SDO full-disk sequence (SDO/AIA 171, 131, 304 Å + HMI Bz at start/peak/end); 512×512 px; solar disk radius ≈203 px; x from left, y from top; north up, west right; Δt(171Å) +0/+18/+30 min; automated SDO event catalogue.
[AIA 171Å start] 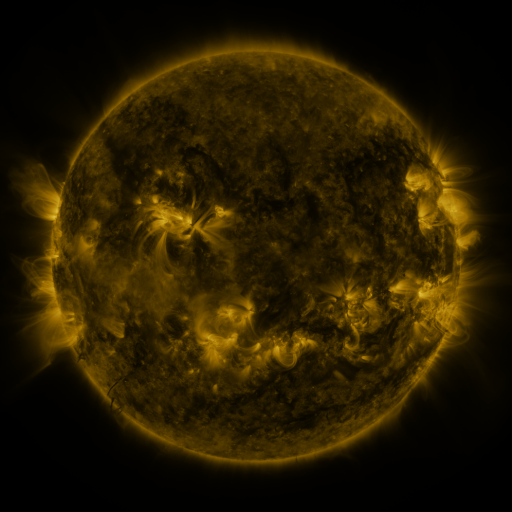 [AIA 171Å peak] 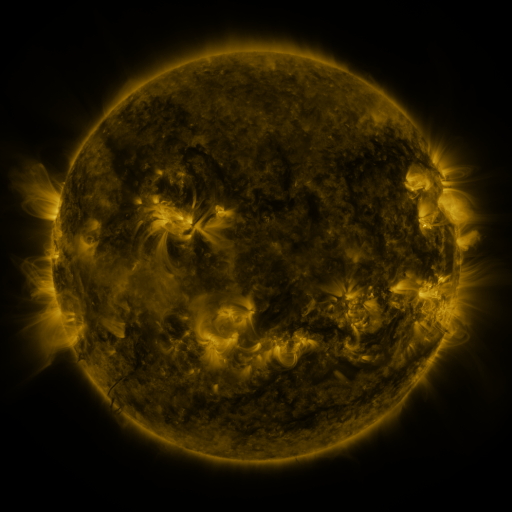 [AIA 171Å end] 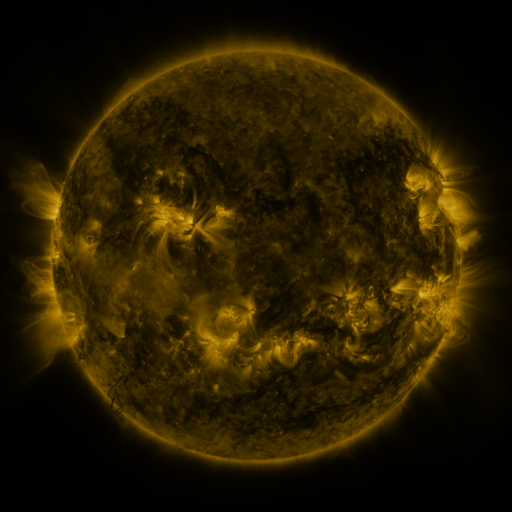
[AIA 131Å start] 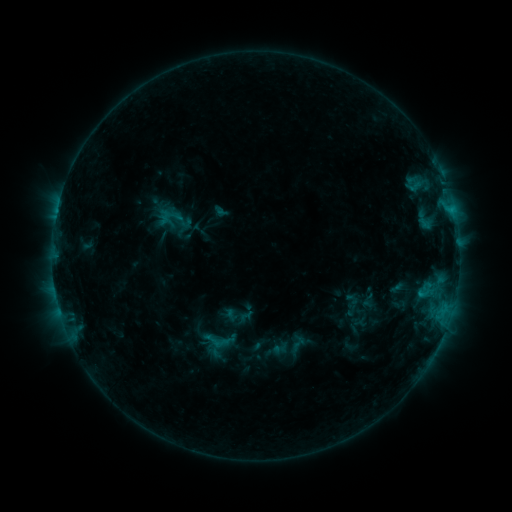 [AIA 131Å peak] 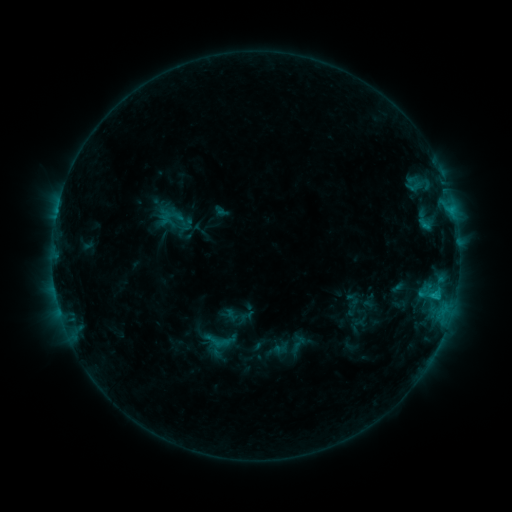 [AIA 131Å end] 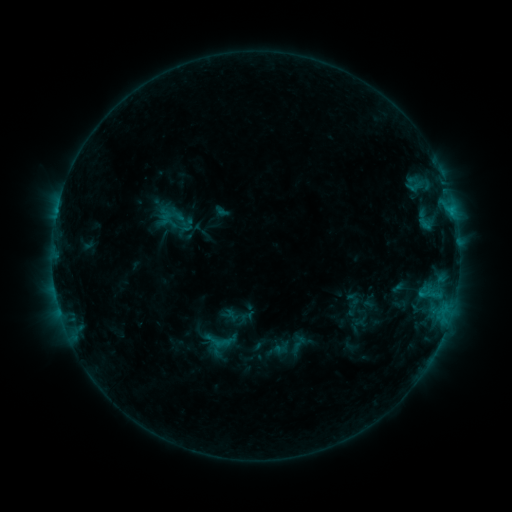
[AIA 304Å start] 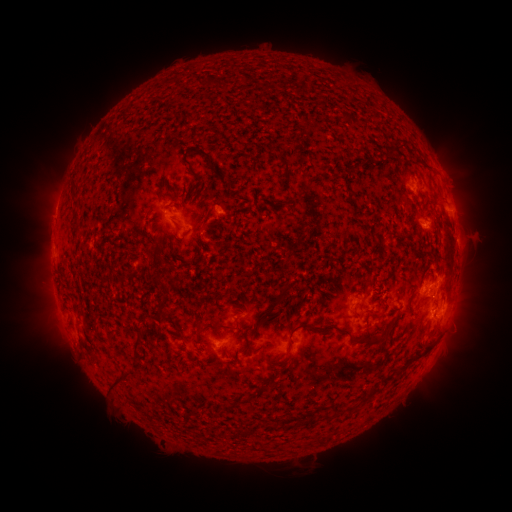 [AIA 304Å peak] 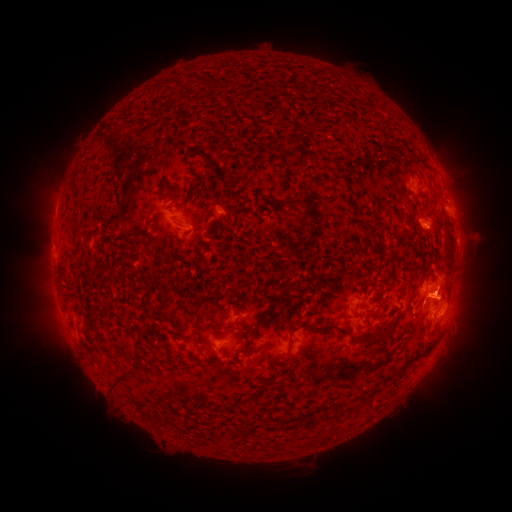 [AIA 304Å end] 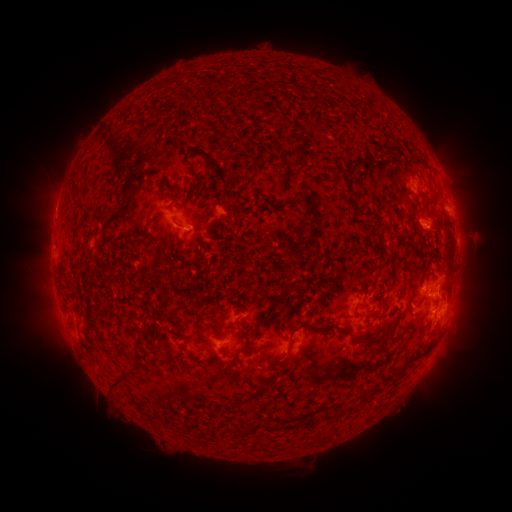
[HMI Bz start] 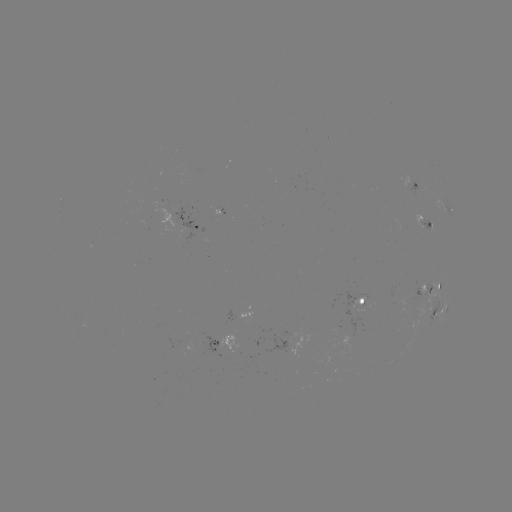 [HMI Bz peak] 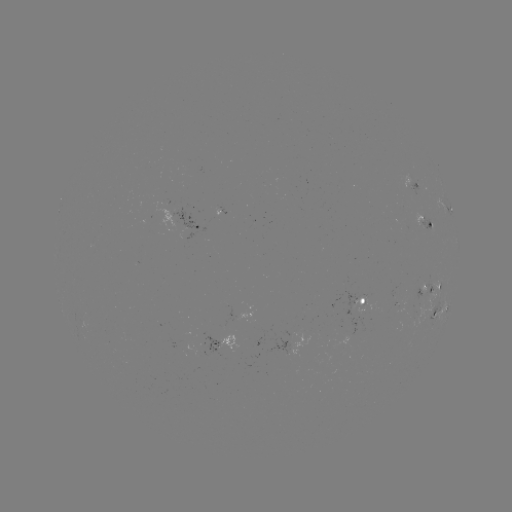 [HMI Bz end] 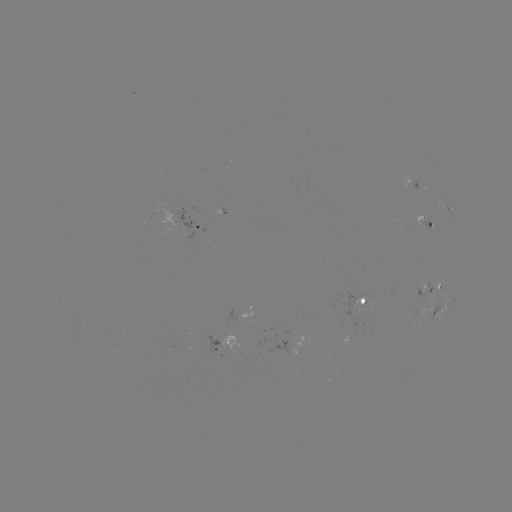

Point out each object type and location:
C1.0 flare: (432, 292)
